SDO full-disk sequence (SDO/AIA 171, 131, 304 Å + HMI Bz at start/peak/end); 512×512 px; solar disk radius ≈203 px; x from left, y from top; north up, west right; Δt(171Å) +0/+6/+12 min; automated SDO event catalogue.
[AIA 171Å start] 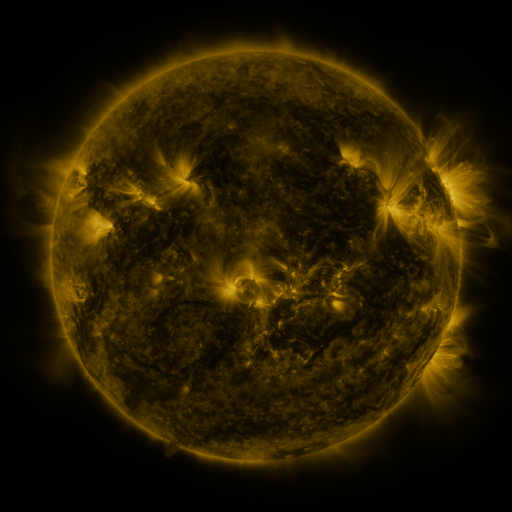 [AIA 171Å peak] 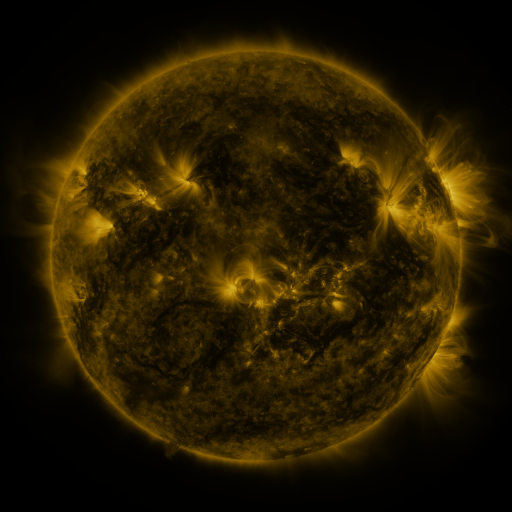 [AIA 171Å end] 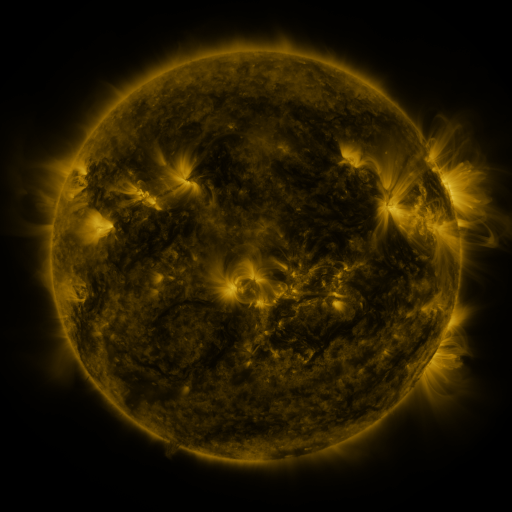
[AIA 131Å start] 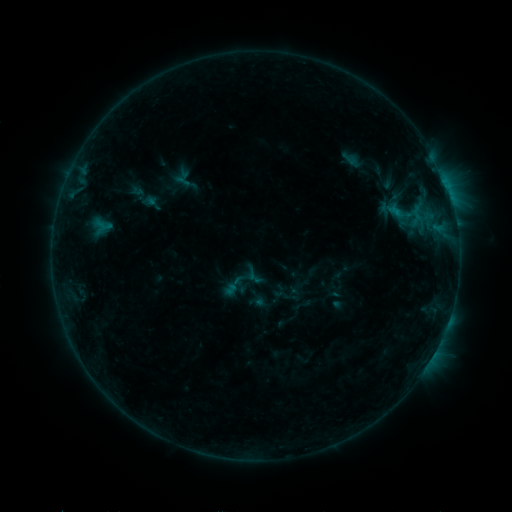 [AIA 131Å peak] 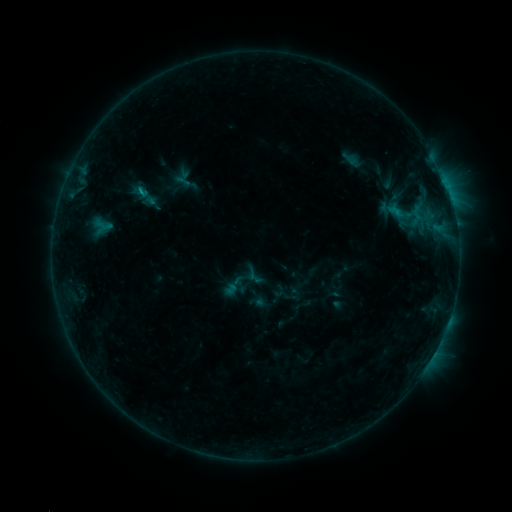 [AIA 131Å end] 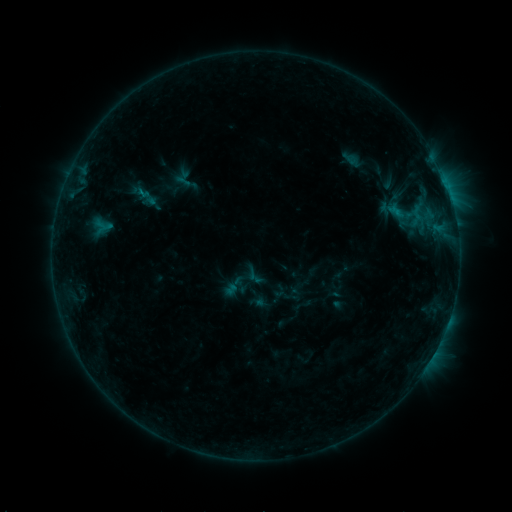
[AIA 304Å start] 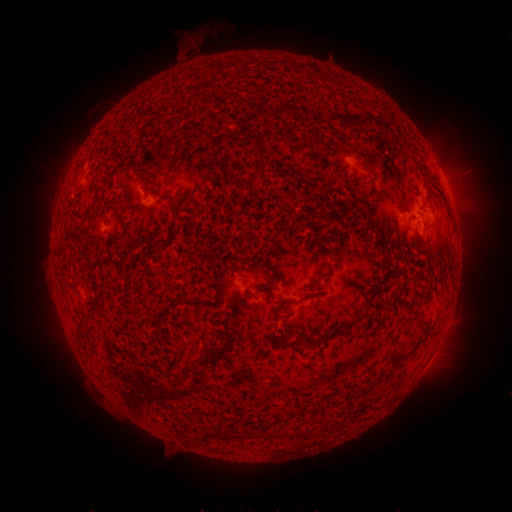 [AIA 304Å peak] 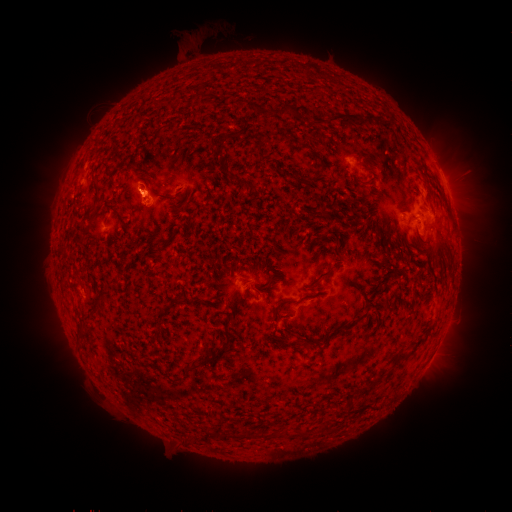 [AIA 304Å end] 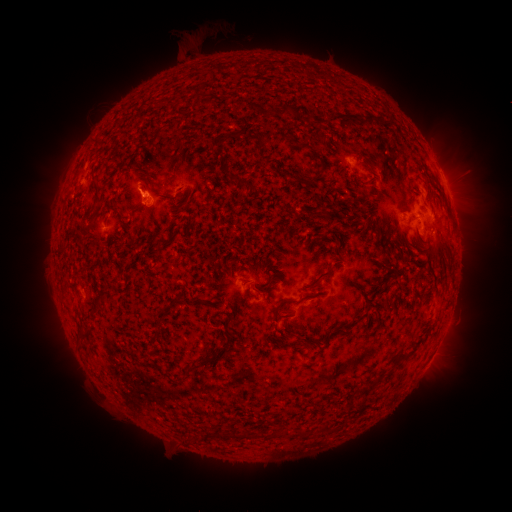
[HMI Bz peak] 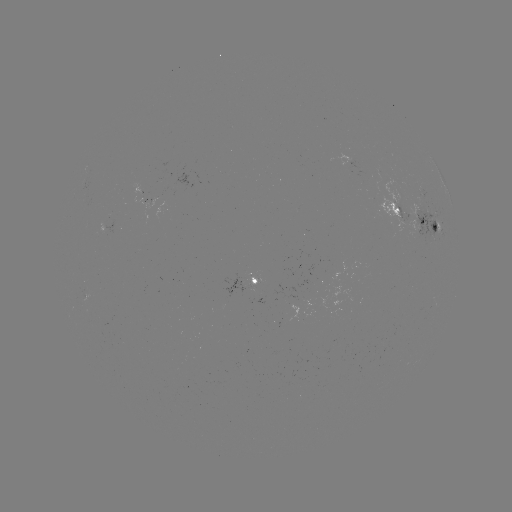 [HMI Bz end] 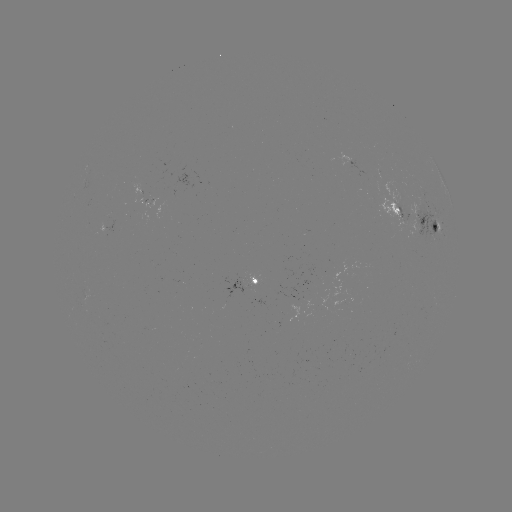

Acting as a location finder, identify B4.6 flare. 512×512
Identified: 142,192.